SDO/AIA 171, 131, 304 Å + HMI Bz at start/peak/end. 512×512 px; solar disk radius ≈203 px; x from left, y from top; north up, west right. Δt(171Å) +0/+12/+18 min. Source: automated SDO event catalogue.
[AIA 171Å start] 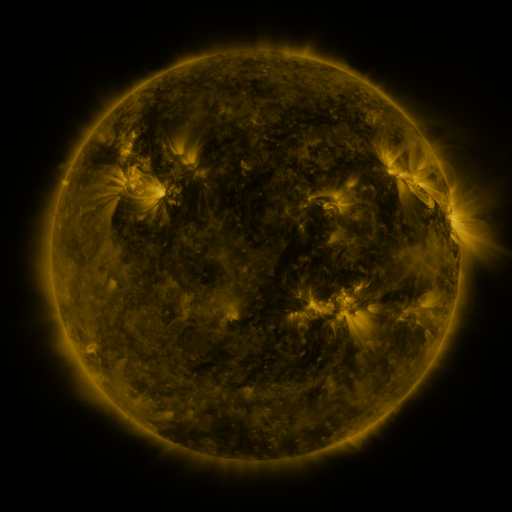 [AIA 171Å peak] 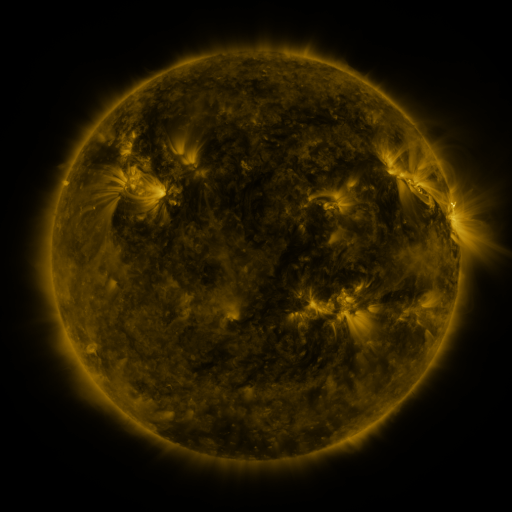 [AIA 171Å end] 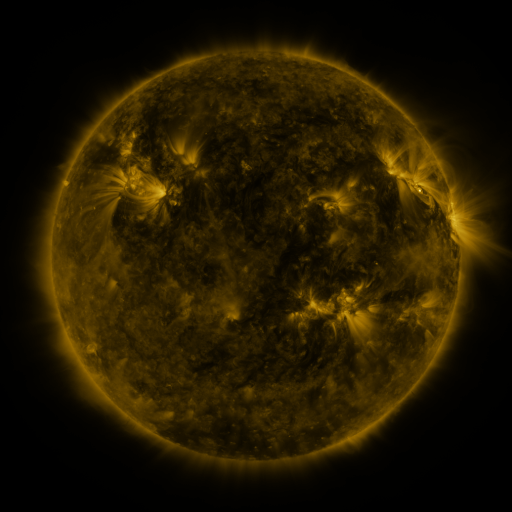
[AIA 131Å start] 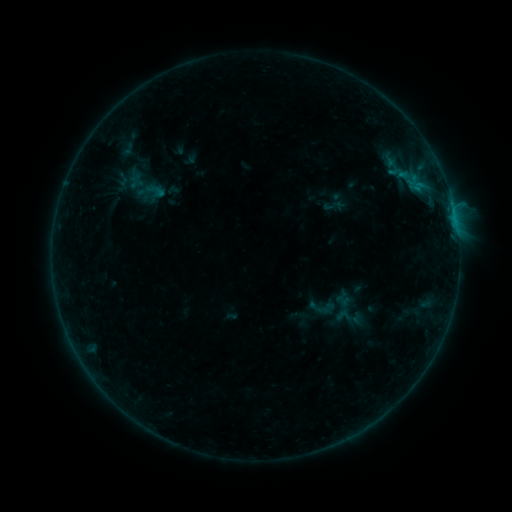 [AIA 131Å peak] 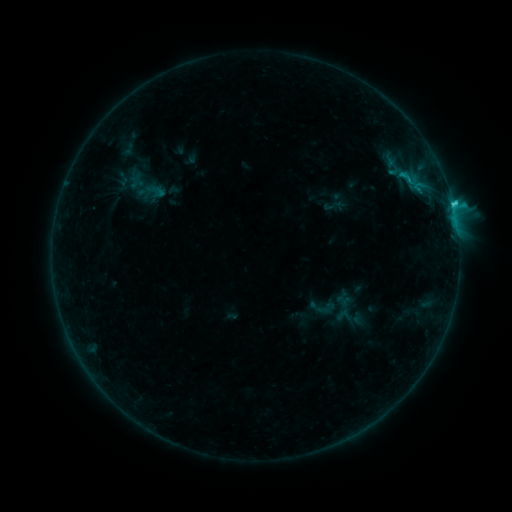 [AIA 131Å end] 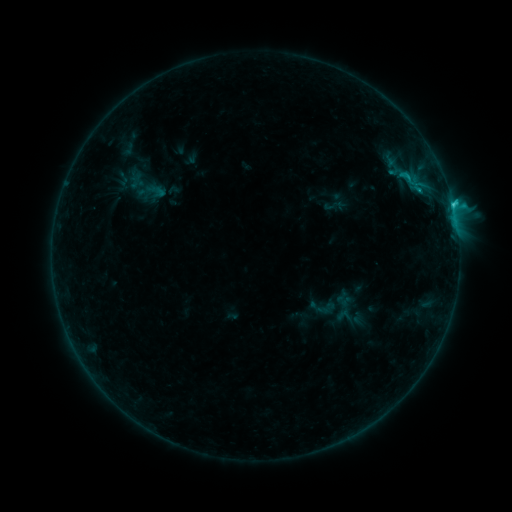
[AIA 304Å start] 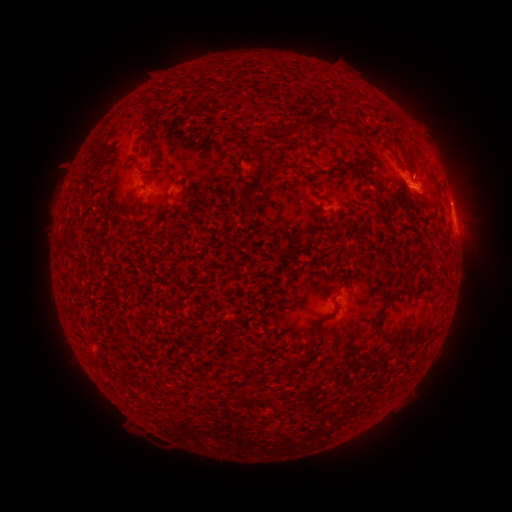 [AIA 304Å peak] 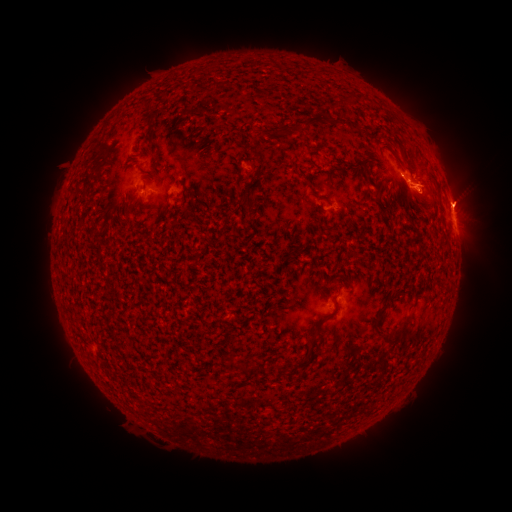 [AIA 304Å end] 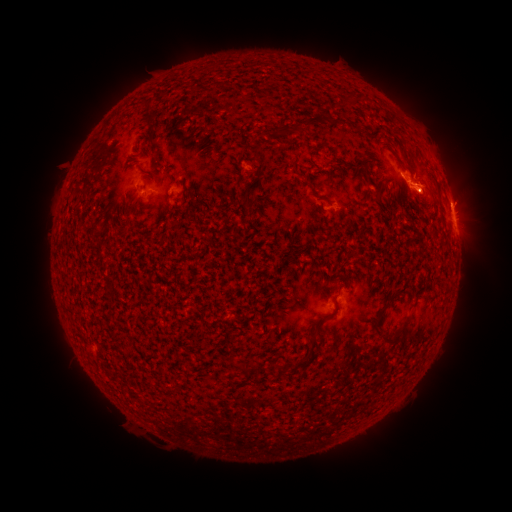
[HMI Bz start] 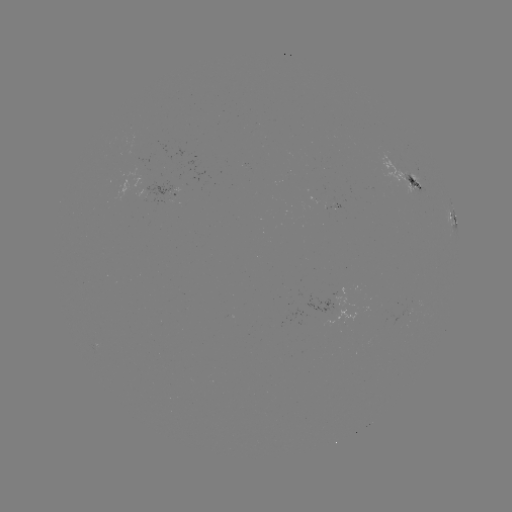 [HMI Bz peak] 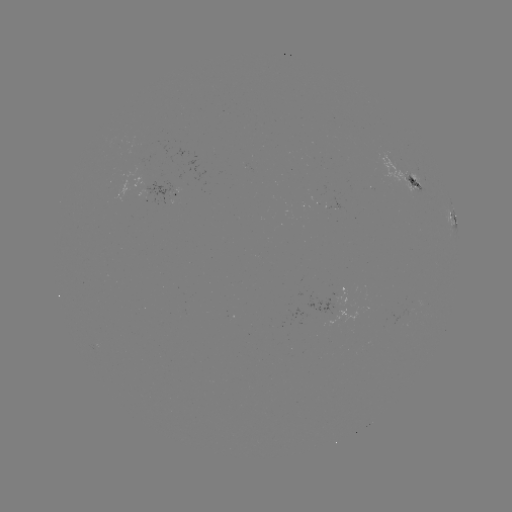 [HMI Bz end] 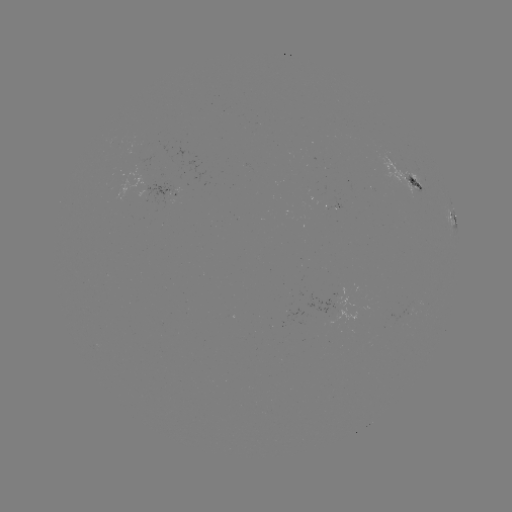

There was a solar eruption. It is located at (459, 197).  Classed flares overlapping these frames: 1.